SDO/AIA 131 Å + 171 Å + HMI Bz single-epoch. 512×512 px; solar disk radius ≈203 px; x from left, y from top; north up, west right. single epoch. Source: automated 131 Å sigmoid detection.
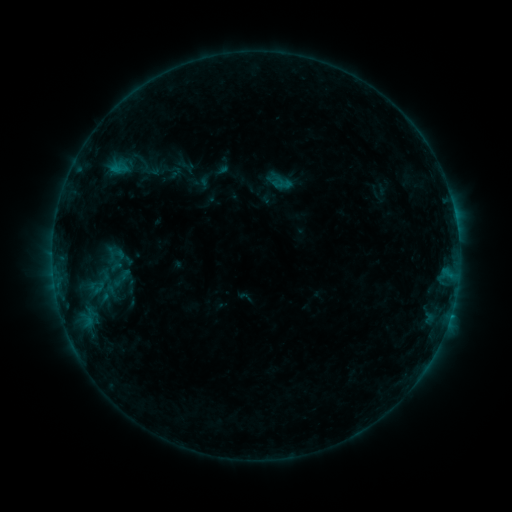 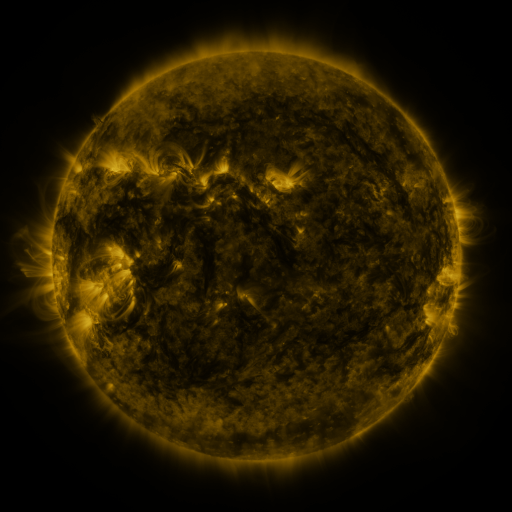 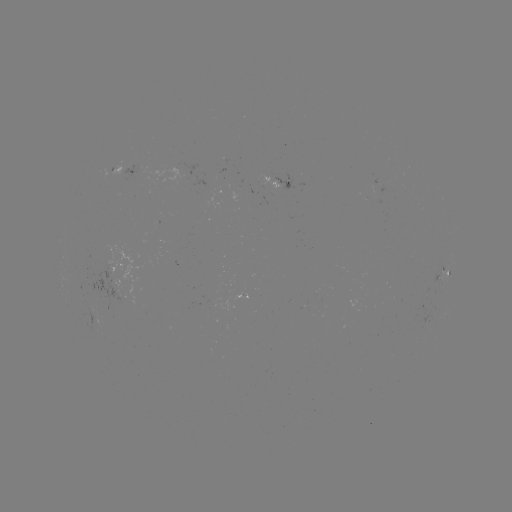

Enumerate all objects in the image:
sigmoid: (120, 280)
